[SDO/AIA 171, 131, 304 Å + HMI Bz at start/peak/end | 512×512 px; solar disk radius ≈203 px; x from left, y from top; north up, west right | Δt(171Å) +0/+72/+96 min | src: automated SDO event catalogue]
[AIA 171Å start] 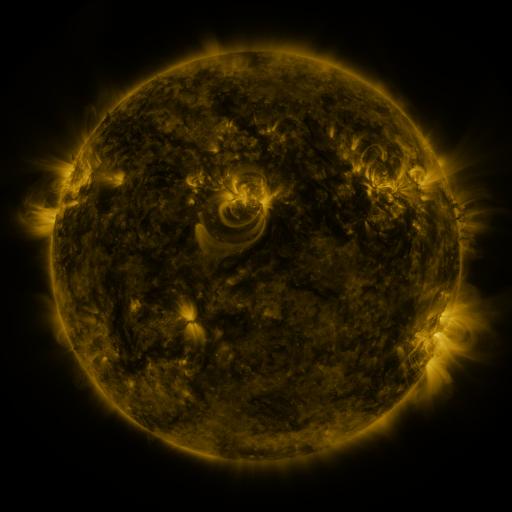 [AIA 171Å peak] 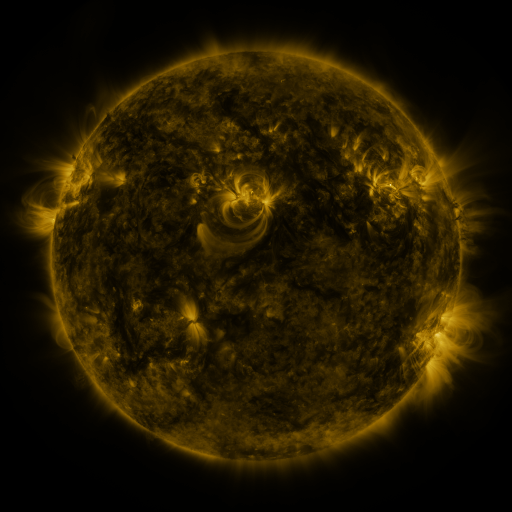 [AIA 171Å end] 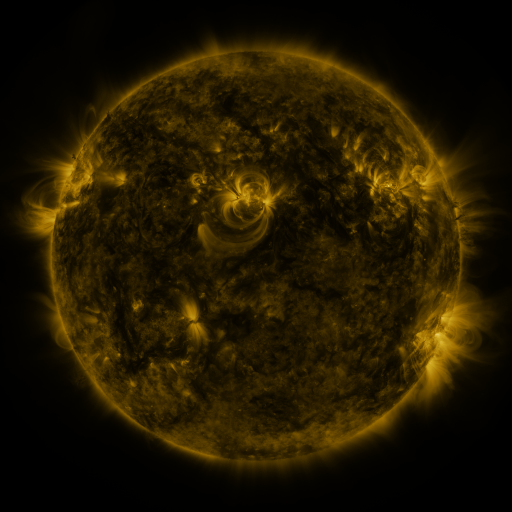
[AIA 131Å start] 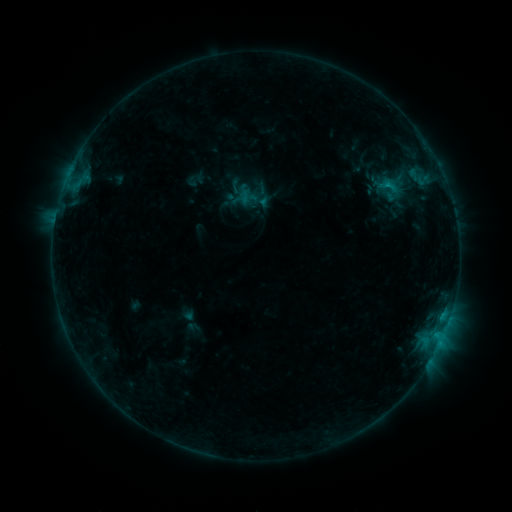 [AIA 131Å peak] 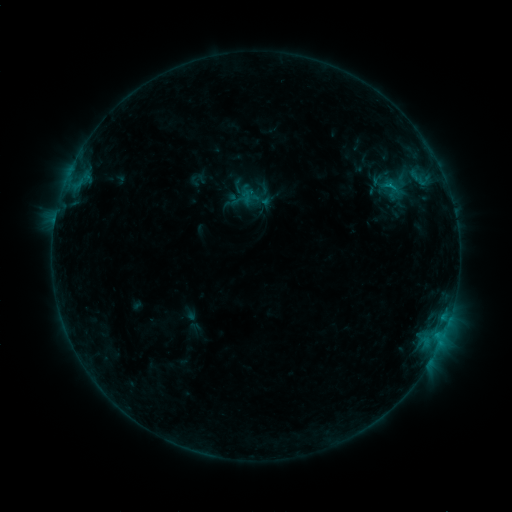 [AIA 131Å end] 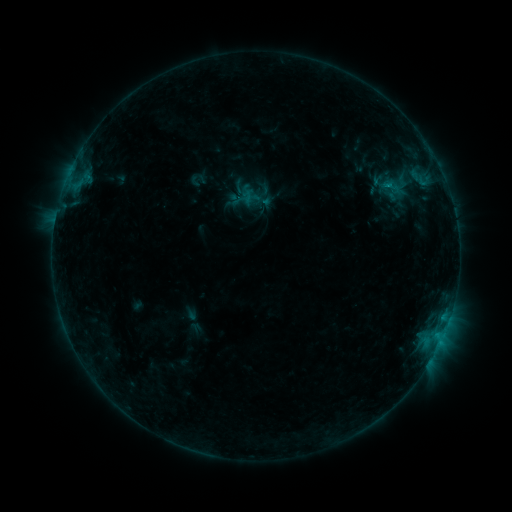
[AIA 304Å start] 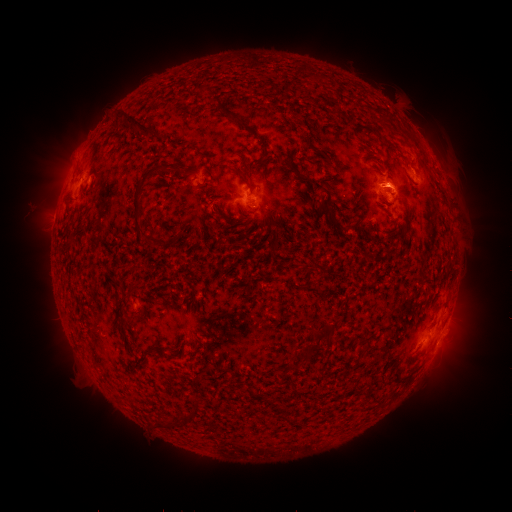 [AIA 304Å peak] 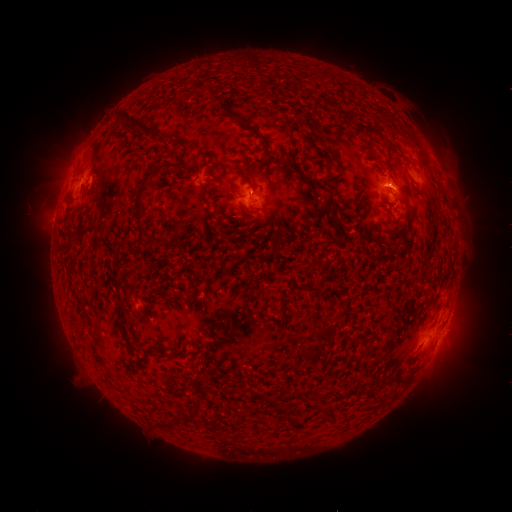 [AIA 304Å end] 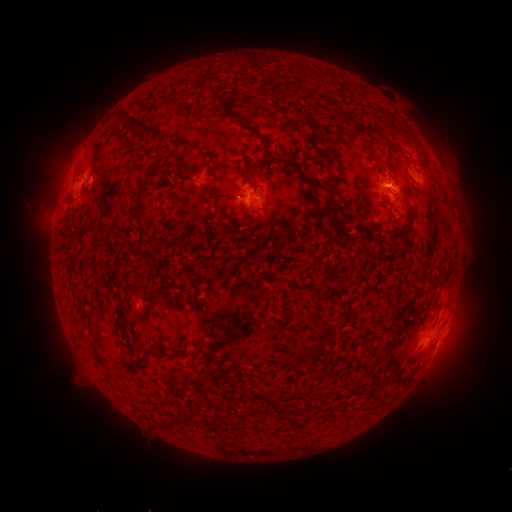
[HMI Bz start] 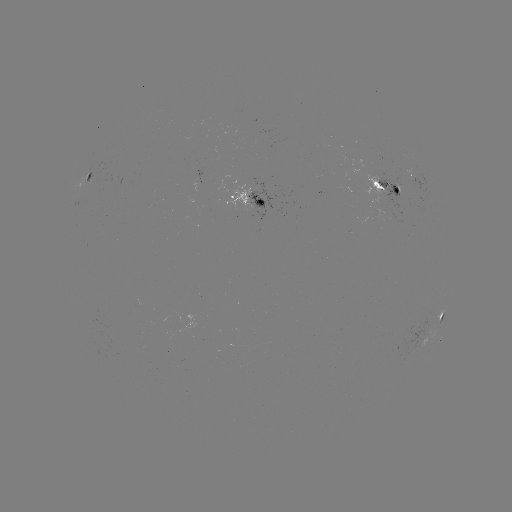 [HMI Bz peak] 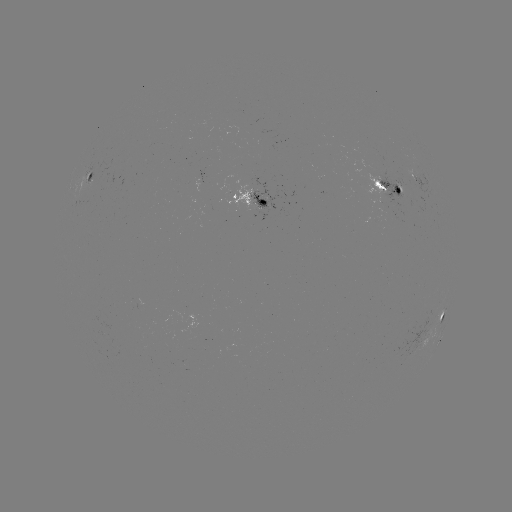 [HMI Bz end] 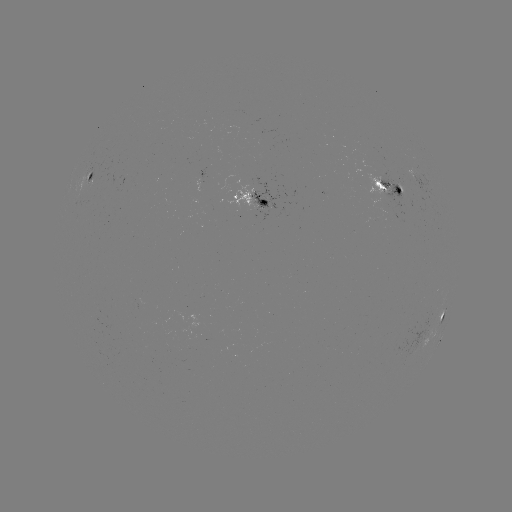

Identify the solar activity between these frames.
emerging-flux region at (389, 199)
